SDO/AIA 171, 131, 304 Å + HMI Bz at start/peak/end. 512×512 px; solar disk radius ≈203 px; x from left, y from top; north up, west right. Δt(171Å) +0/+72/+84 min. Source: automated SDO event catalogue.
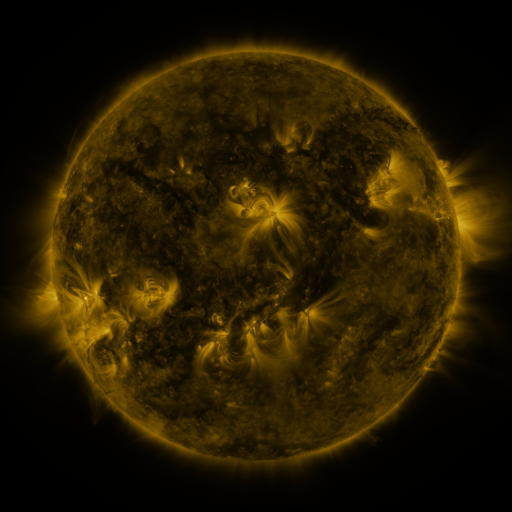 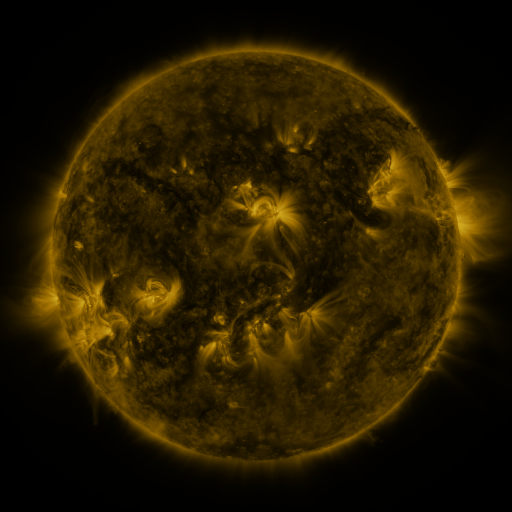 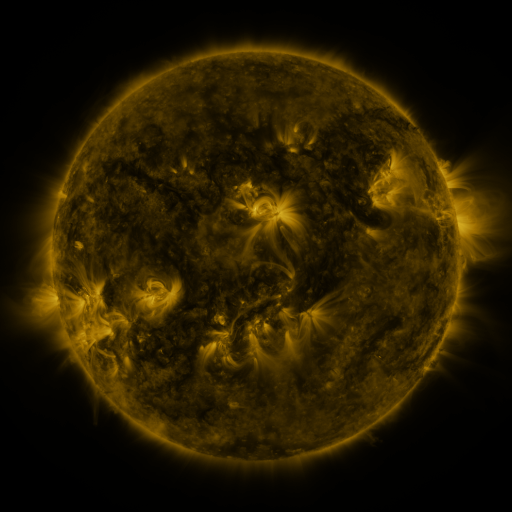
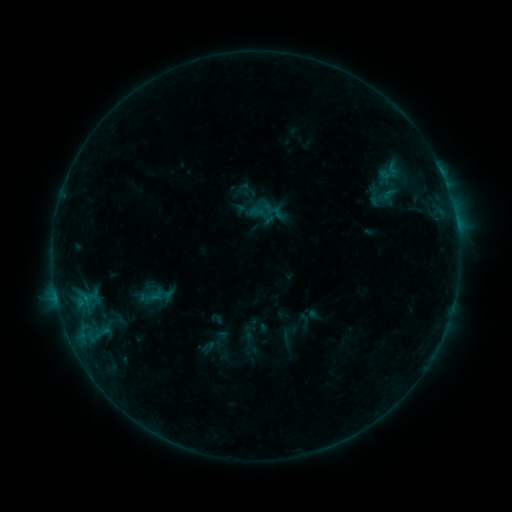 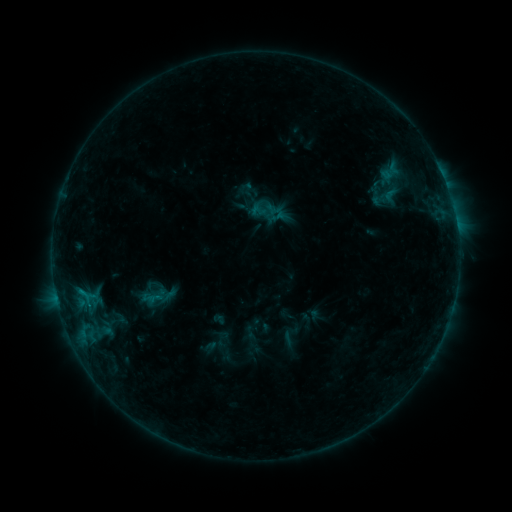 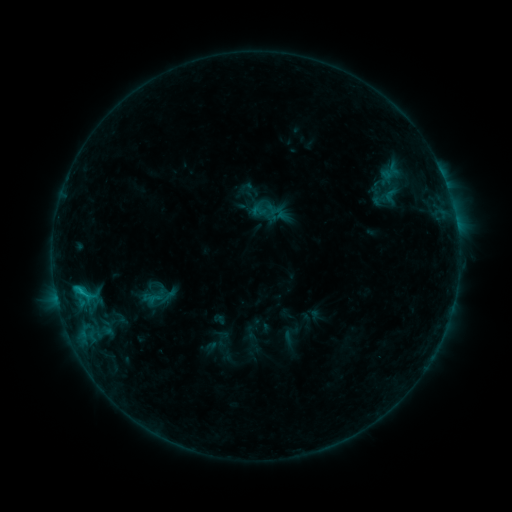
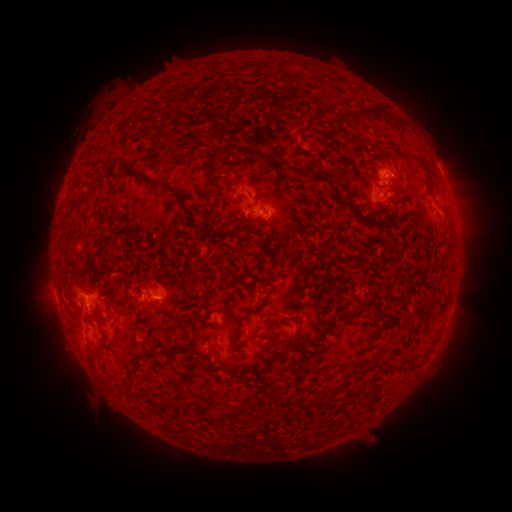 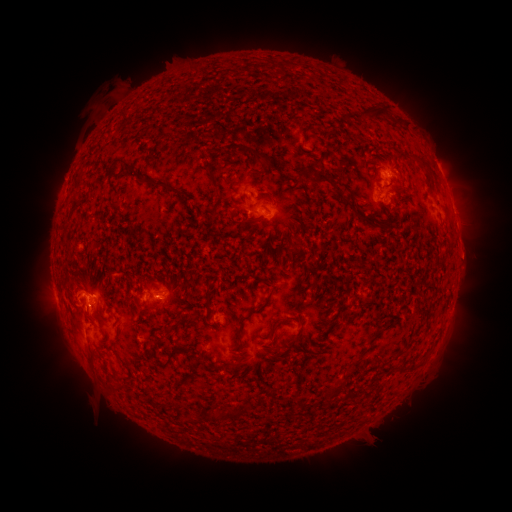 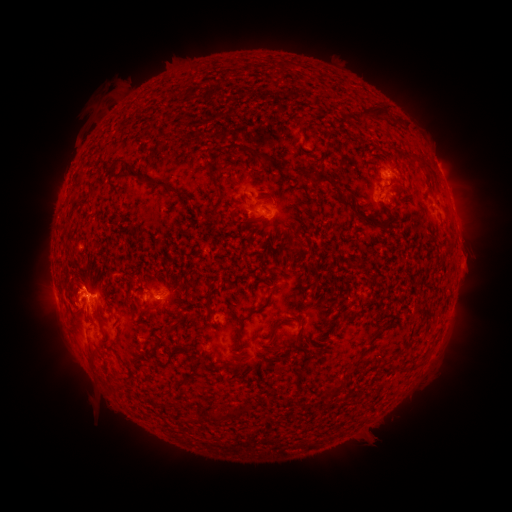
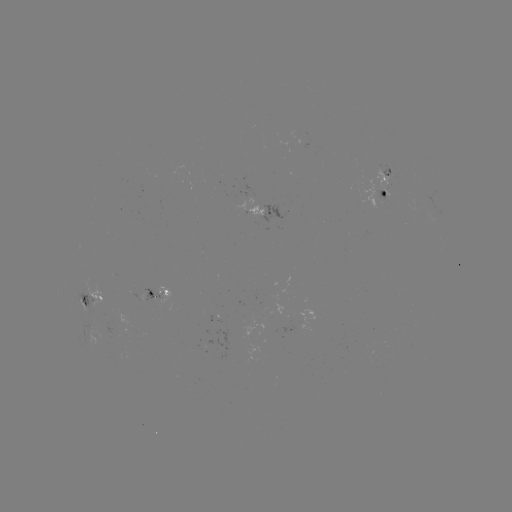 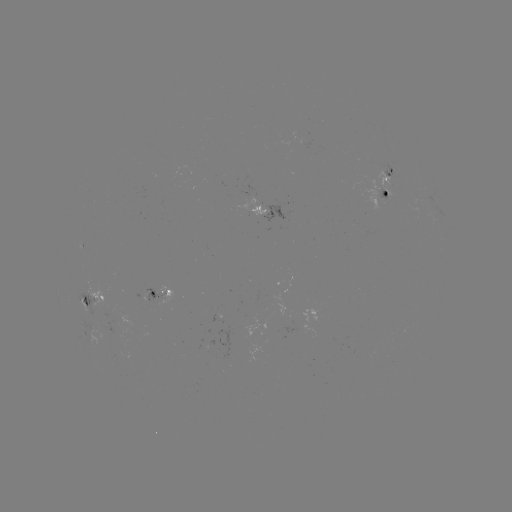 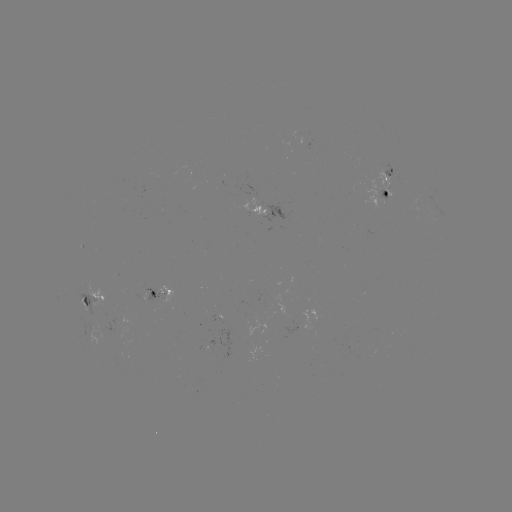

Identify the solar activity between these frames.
emerging-flux region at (384, 196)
